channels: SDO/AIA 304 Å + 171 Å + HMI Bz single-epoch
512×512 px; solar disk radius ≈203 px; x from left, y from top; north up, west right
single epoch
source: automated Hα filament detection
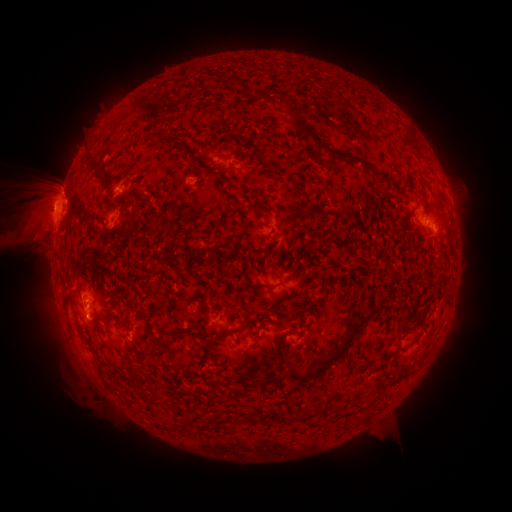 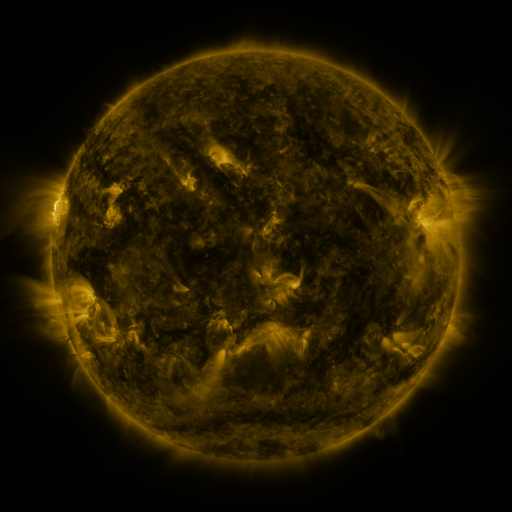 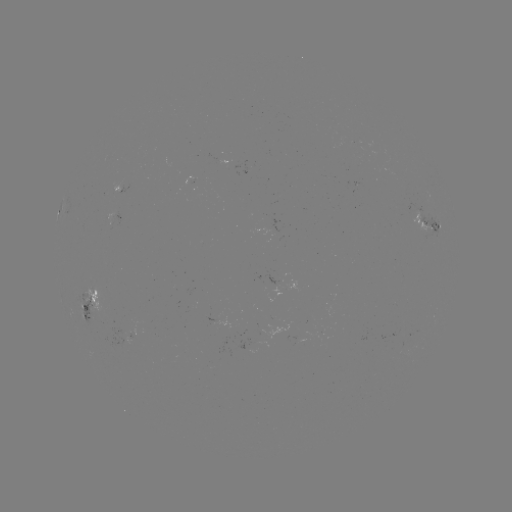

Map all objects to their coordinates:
filament: <bbox>277, 95, 288, 108</bbox>
filament: <bbox>296, 114, 374, 170</bbox>
filament: <bbox>407, 133, 417, 148</bbox>
filament: <bbox>175, 141, 194, 157</bbox>
filament: <bbox>85, 148, 105, 181</bbox>
filament: <bbox>218, 166, 233, 174</bbox>
filament: <bbox>430, 195, 440, 205</bbox>
filament: <bbox>131, 215, 143, 223</bbox>
filament: <bbox>147, 218, 158, 230</bbox>
filament: <bbox>326, 221, 332, 230</bbox>
filament: <bbox>83, 254, 102, 268</bbox>
filament: <bbox>62, 296, 87, 340</bbox>
filament: <bbox>356, 311, 369, 322</bbox>
filament: <bbox>251, 331, 265, 348</bbox>
filament: <bbox>282, 335, 289, 349</bbox>
filament: <bbox>284, 336, 352, 384</bbox>
filament: <bbox>126, 361, 138, 387</bbox>
filament: <bbox>95, 365, 105, 379</bbox>
filament: <bbox>258, 379, 268, 388</bbox>
filament: <bbox>184, 425, 194, 432</bbox>
